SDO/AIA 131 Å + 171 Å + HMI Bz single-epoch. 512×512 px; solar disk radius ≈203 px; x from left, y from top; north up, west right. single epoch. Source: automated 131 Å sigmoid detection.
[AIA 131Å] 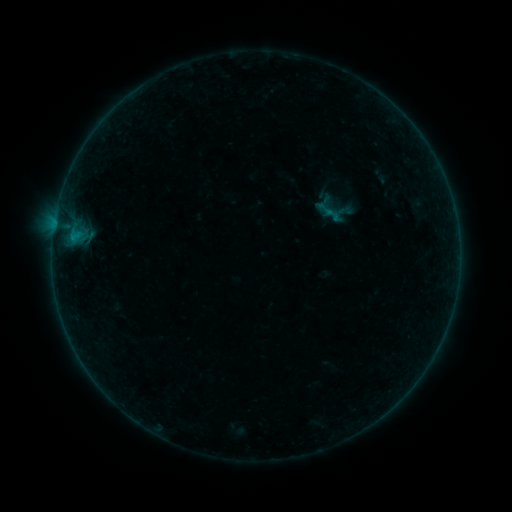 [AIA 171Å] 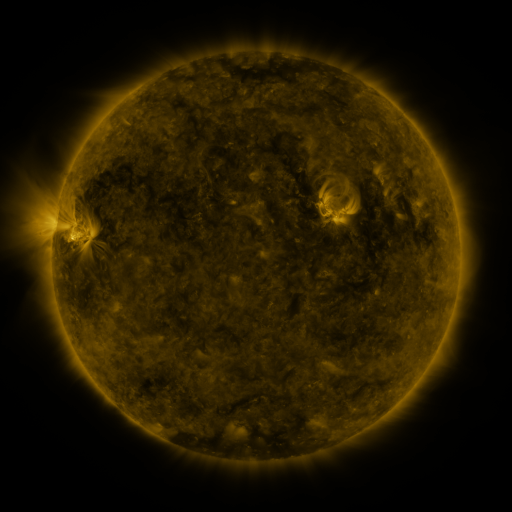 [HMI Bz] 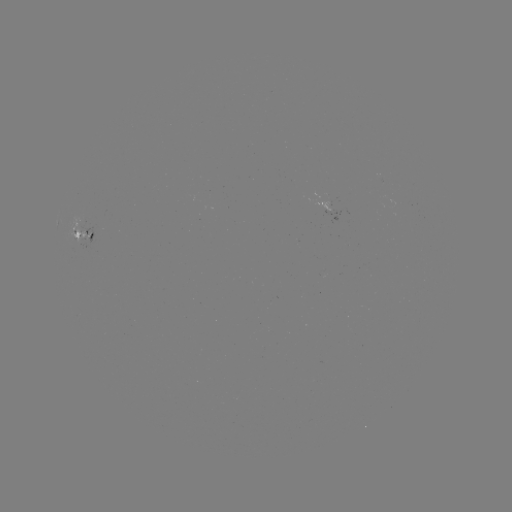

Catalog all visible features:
sigmoid: (328, 211)
